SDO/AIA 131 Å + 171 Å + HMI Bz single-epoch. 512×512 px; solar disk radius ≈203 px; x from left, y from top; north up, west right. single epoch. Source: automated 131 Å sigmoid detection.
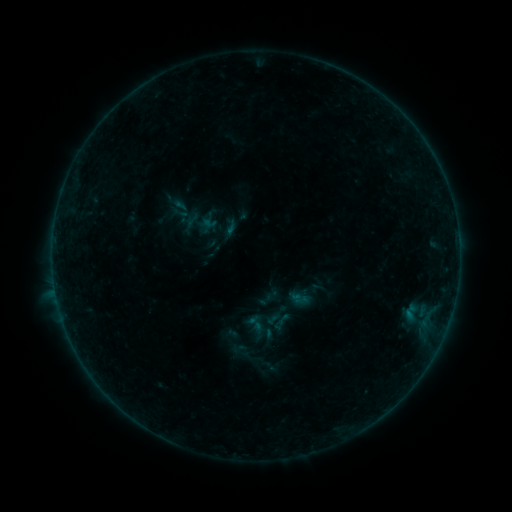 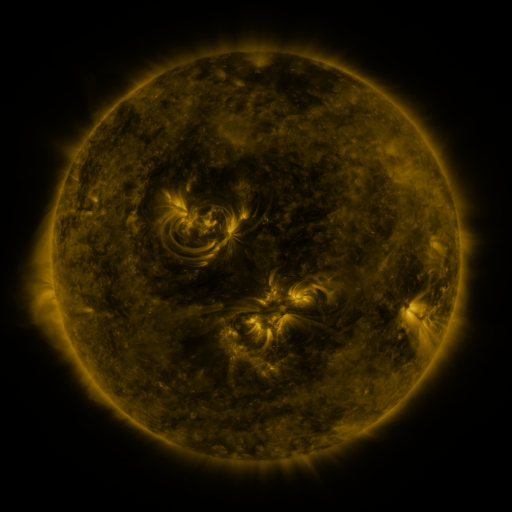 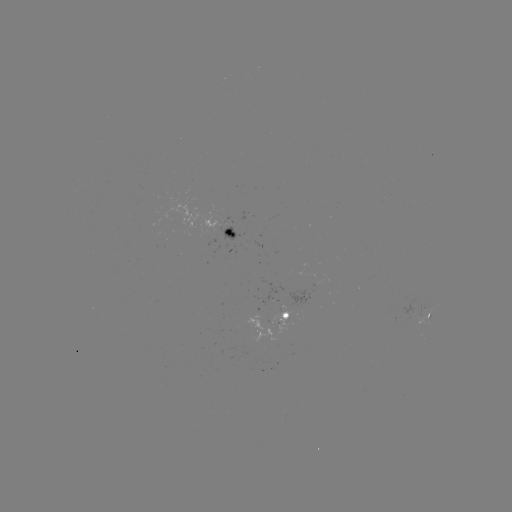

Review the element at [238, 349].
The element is sigmoid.